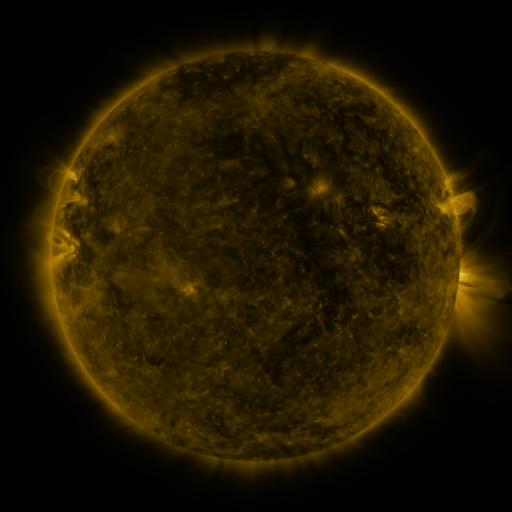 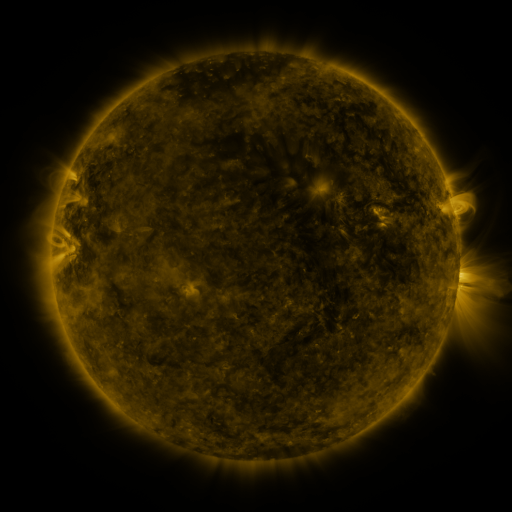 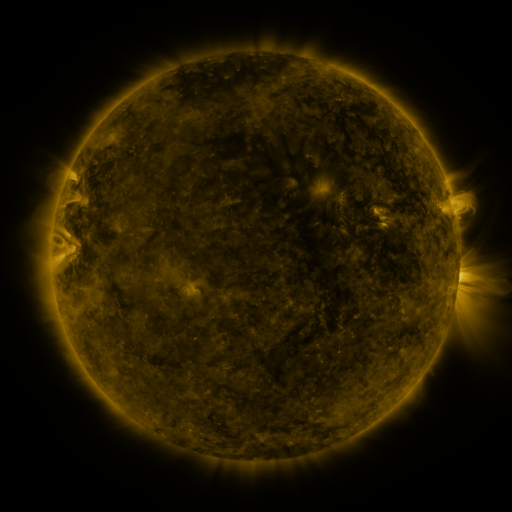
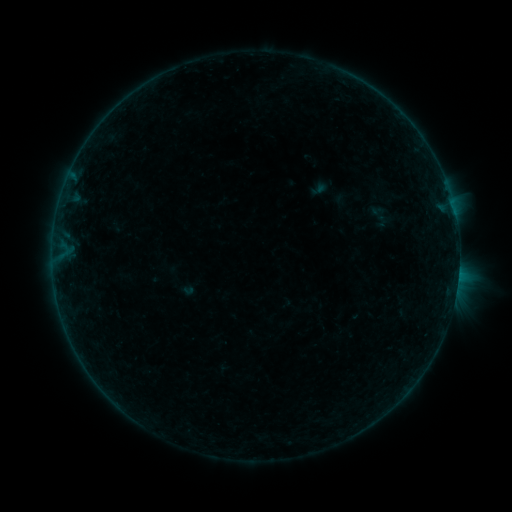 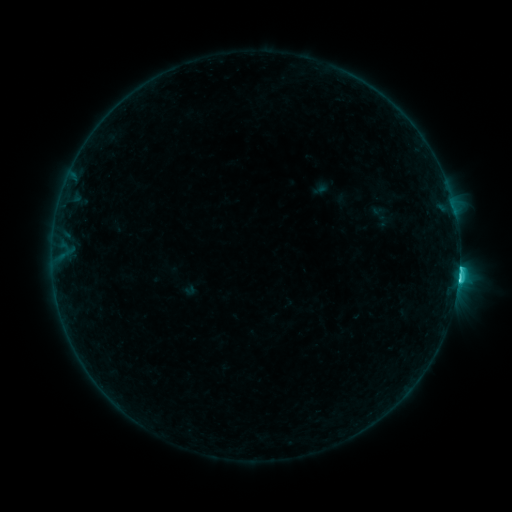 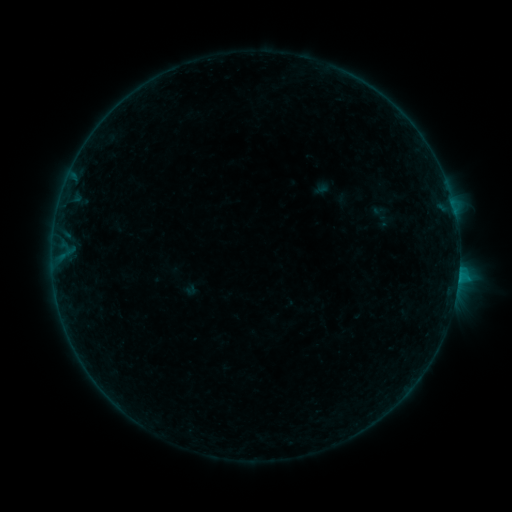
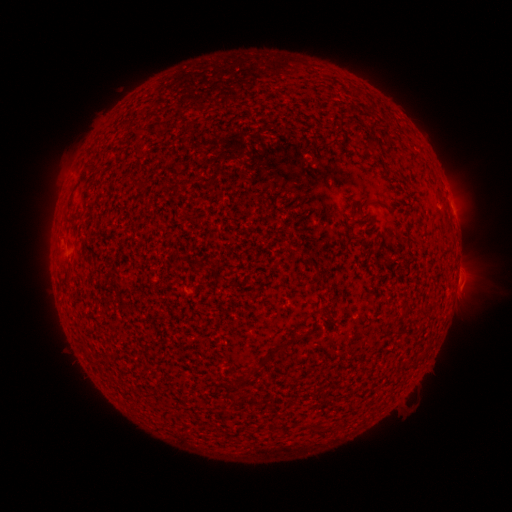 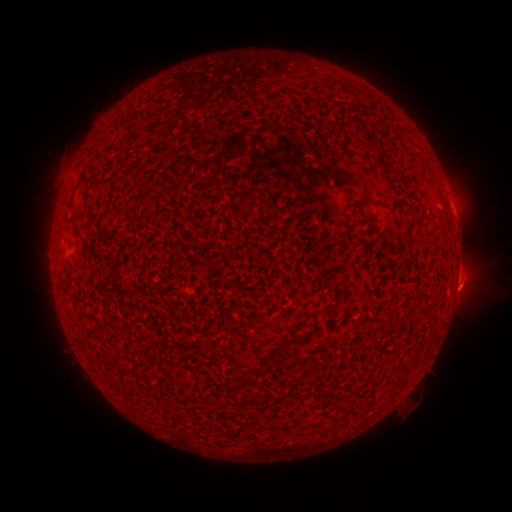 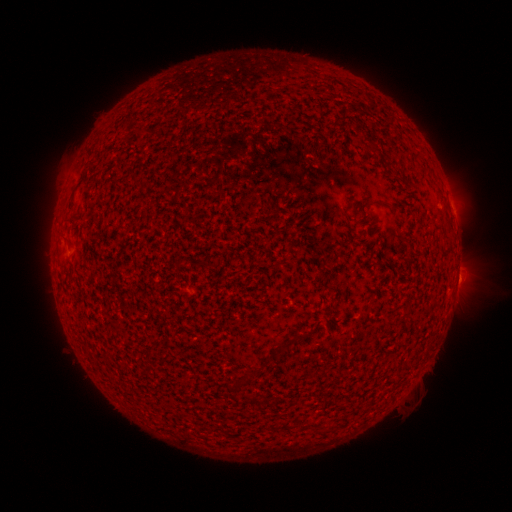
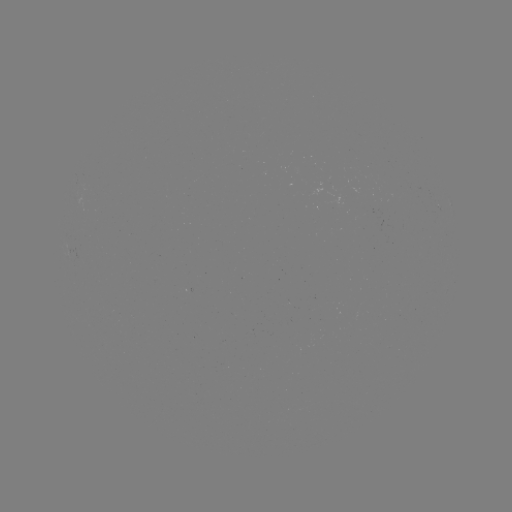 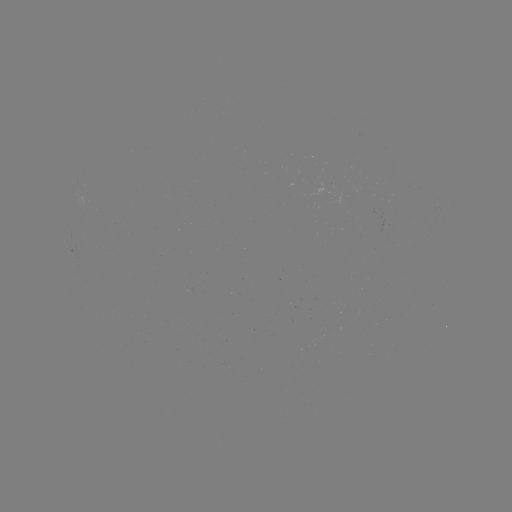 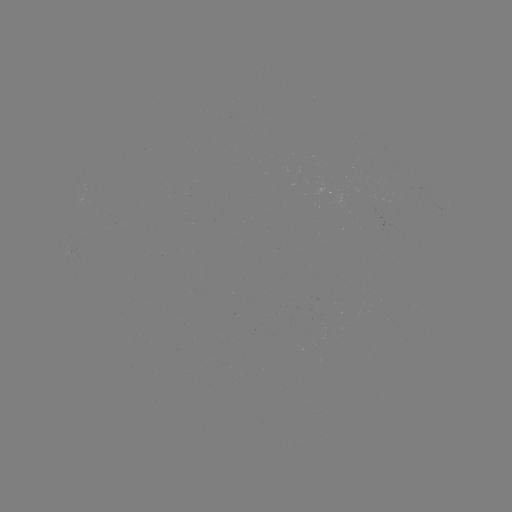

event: flare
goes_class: C2.8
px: (458, 277)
